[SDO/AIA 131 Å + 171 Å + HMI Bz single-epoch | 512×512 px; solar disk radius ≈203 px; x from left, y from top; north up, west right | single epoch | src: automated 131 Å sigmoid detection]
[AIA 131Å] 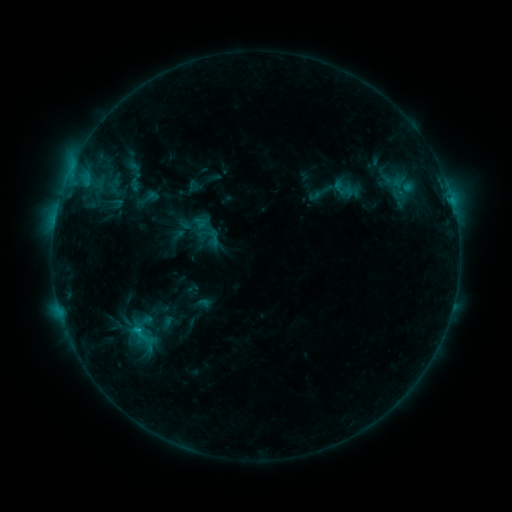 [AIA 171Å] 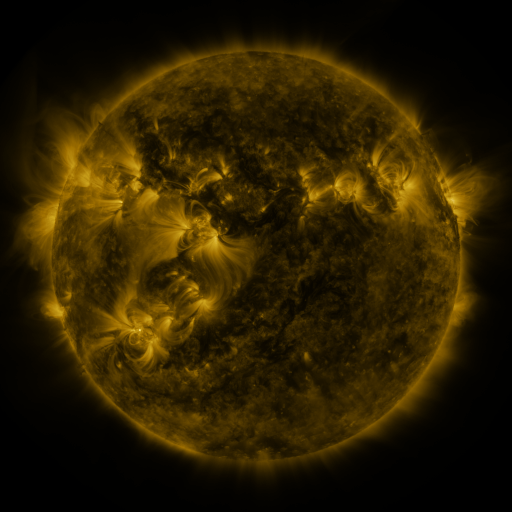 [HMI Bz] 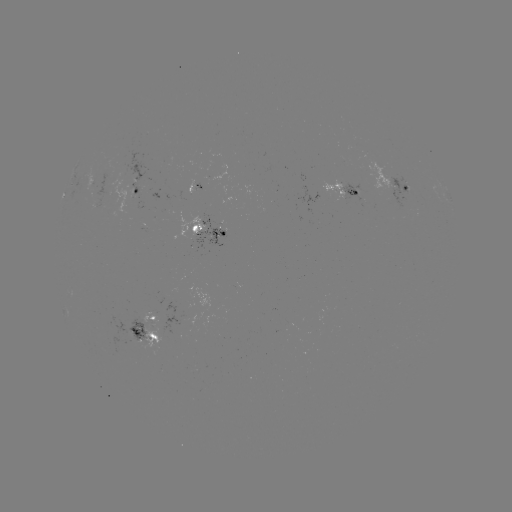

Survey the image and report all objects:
sigmoid: (214, 238)
sigmoid: (139, 334)
